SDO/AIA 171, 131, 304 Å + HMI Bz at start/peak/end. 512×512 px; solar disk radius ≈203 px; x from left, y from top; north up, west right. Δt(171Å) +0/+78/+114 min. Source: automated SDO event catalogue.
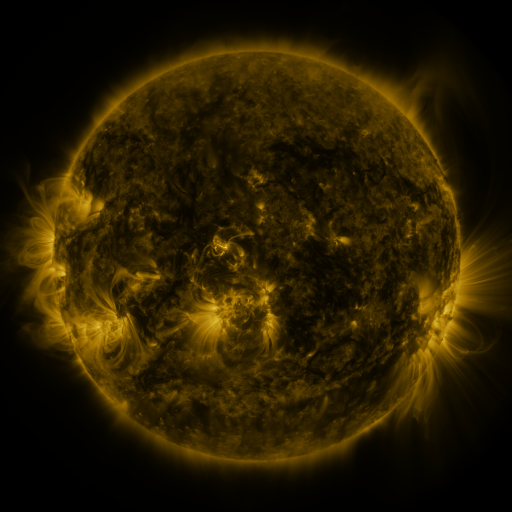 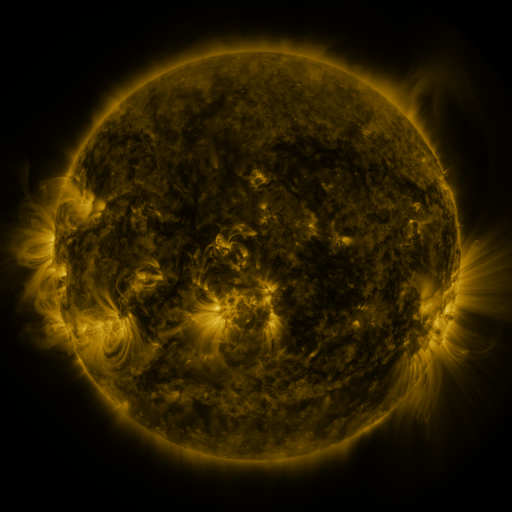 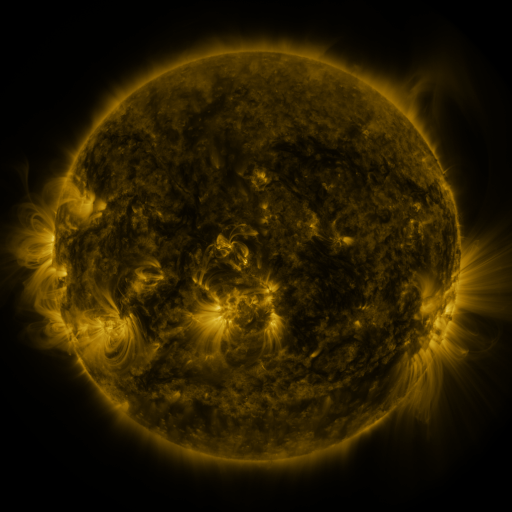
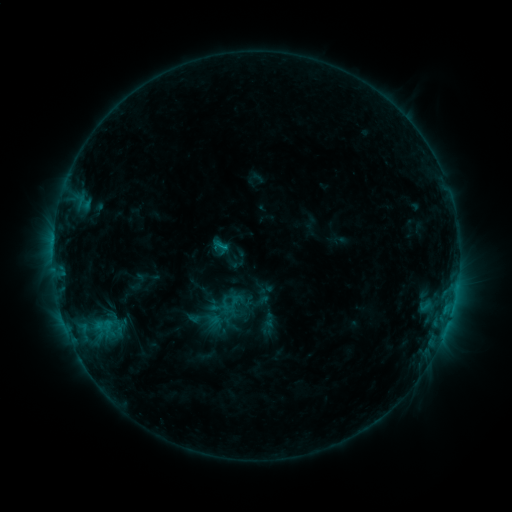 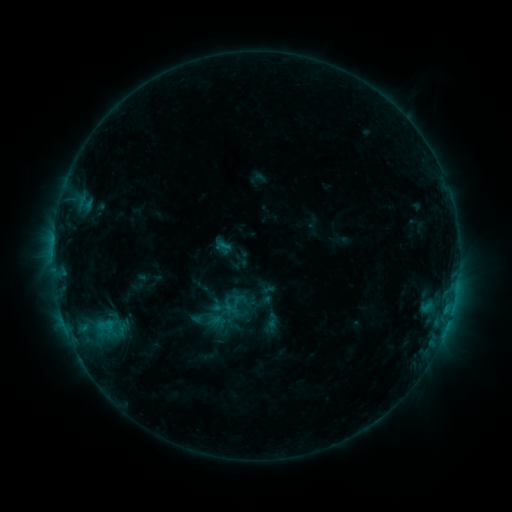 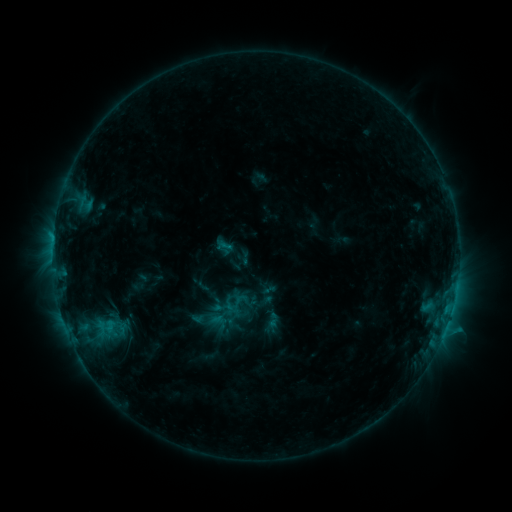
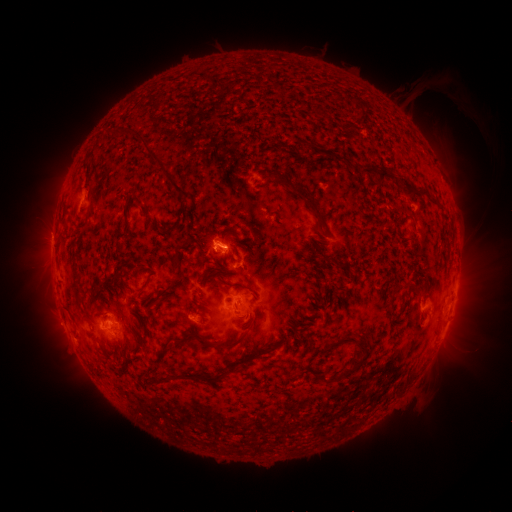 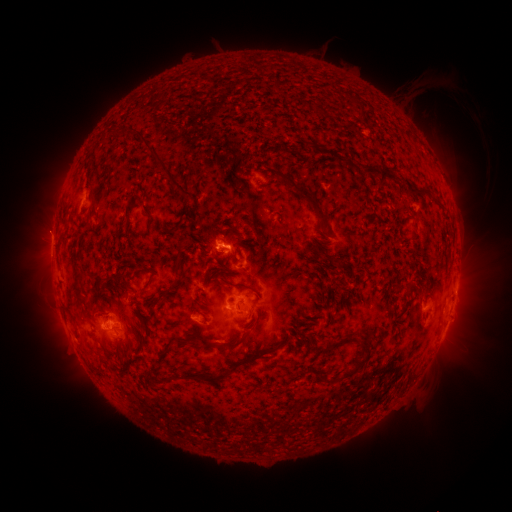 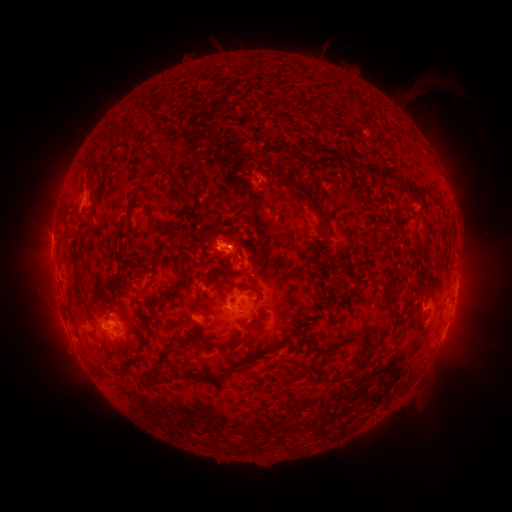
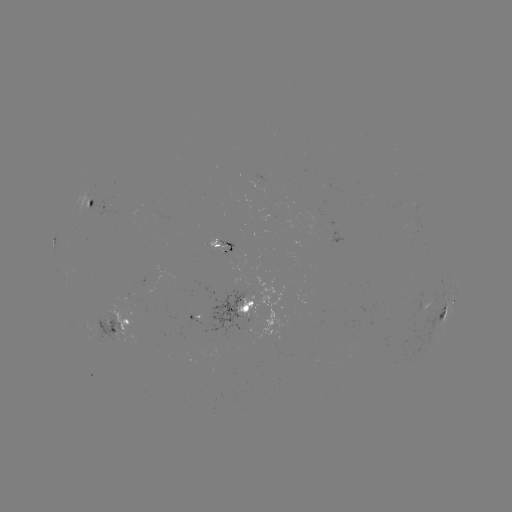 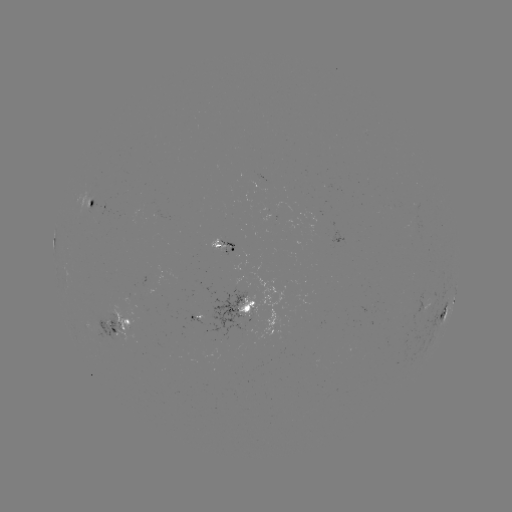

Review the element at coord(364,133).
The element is emerging-flux region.